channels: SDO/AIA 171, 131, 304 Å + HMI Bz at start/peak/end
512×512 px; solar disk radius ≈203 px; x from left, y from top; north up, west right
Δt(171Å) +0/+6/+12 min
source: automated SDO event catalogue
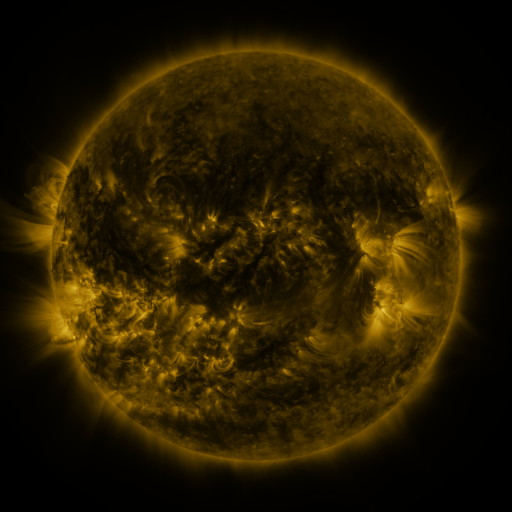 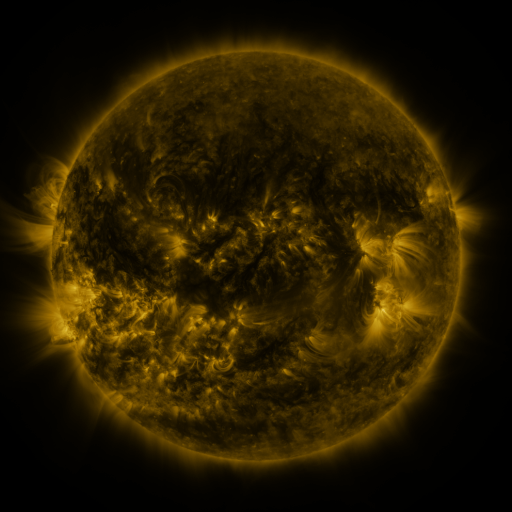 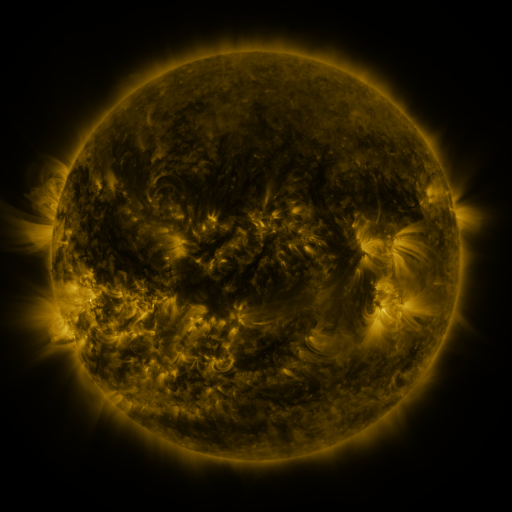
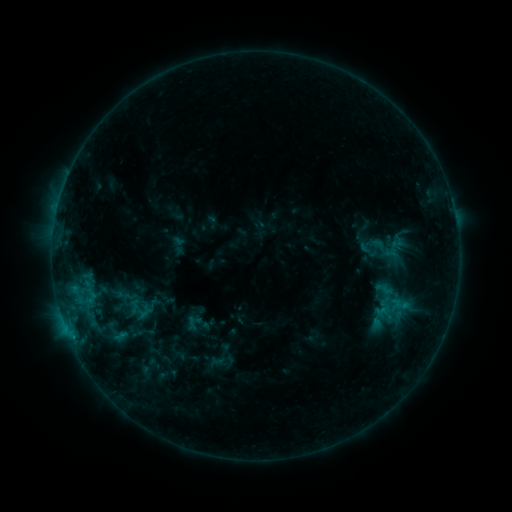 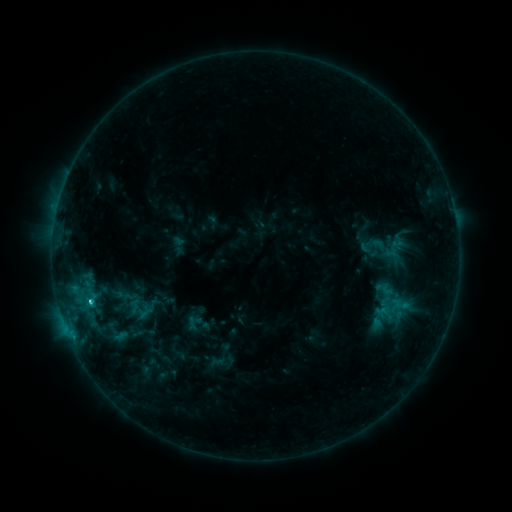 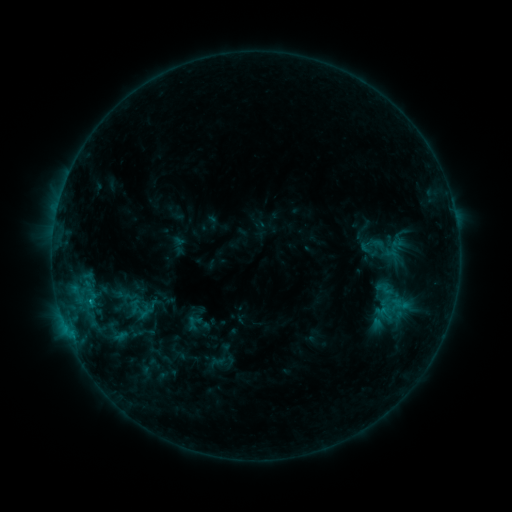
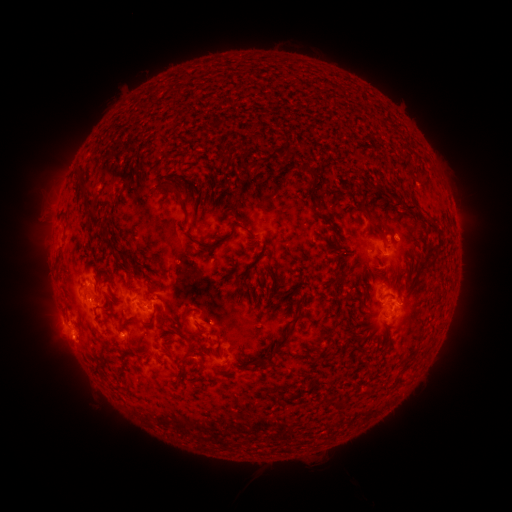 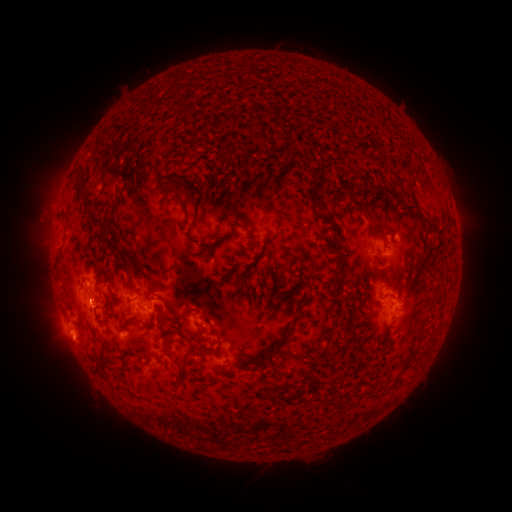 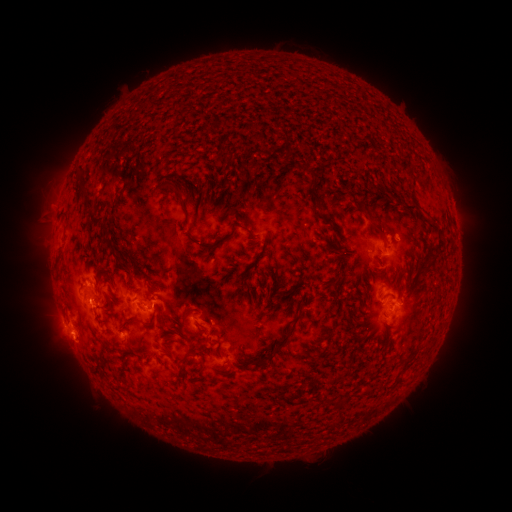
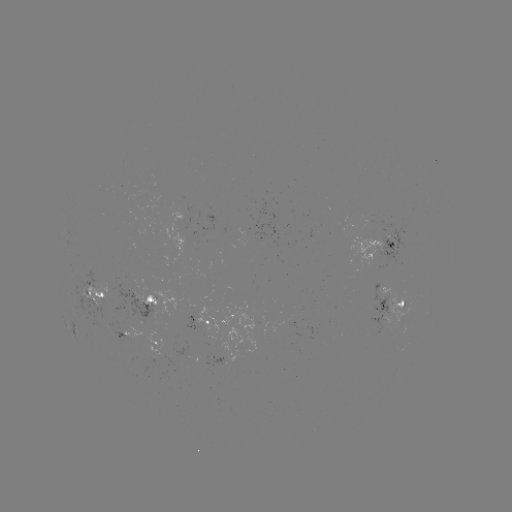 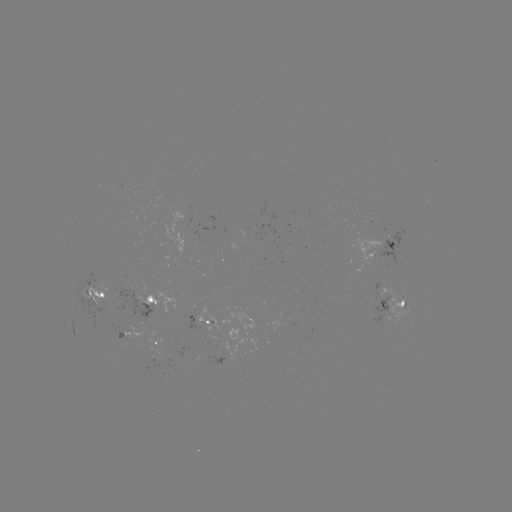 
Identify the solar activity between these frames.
C1.7 flare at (91, 299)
